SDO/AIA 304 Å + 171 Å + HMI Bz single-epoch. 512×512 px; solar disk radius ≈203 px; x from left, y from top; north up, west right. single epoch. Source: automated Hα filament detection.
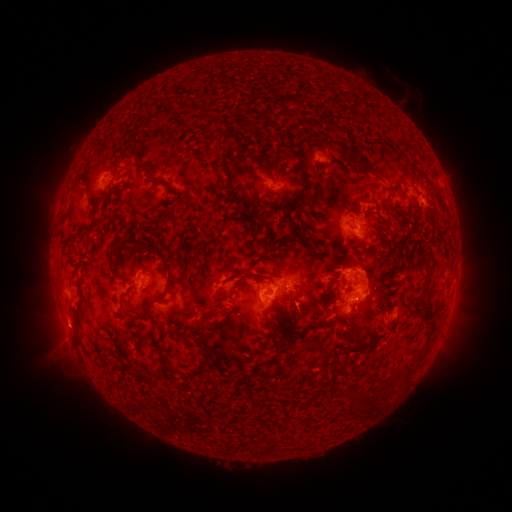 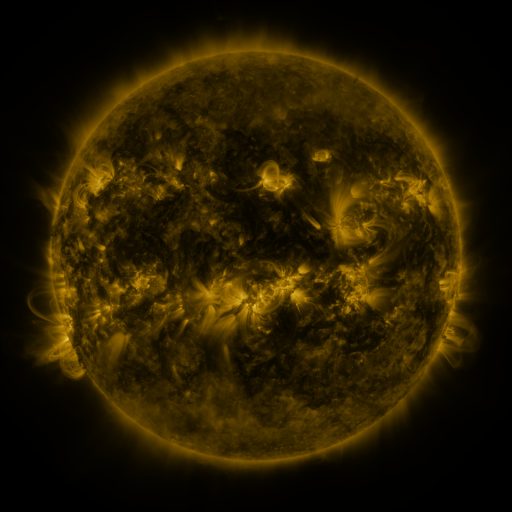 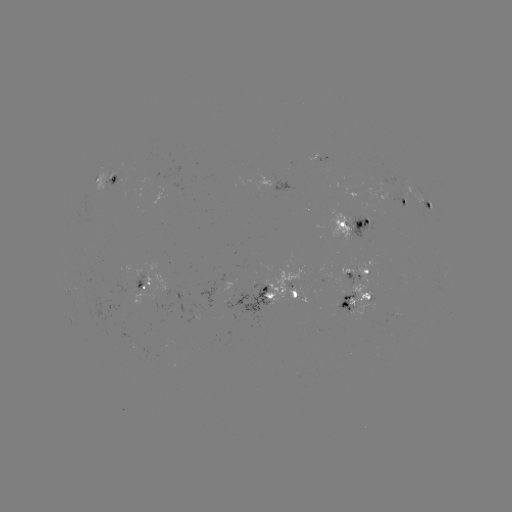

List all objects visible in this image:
filament: (224, 152)
filament: (294, 154)
filament: (363, 163)
filament: (114, 178)
filament: (306, 186)
filament: (168, 214)
filament: (291, 221)
filament: (305, 238)
filament: (69, 239)
filament: (112, 255)
filament: (238, 274)
filament: (169, 277)
filament: (236, 283)
filament: (423, 298)
filament: (281, 306)
filament: (76, 322)
filament: (278, 322)
filament: (324, 324)
filament: (181, 333)
filament: (287, 343)
filament: (317, 348)
filament: (336, 354)
filament: (407, 371)
filament: (151, 380)
filament: (353, 399)
